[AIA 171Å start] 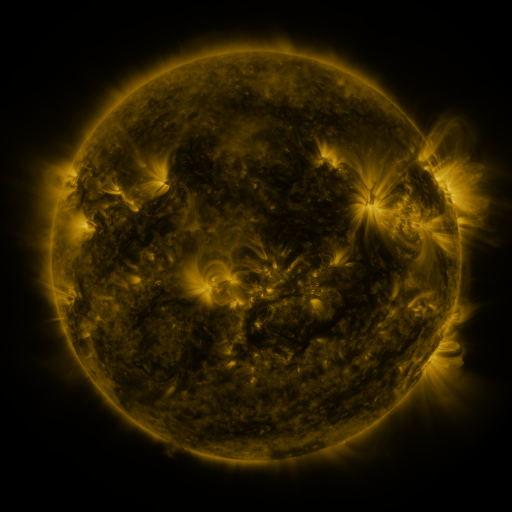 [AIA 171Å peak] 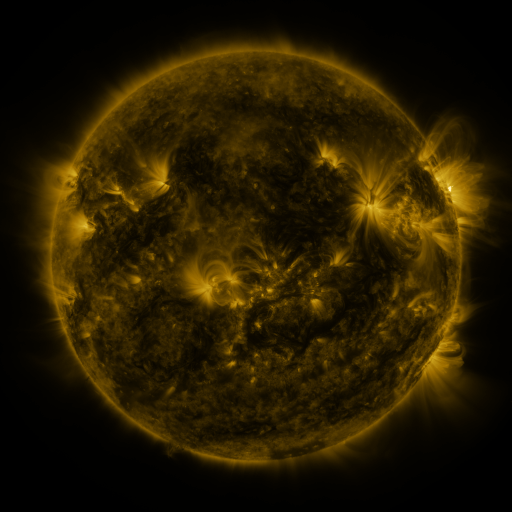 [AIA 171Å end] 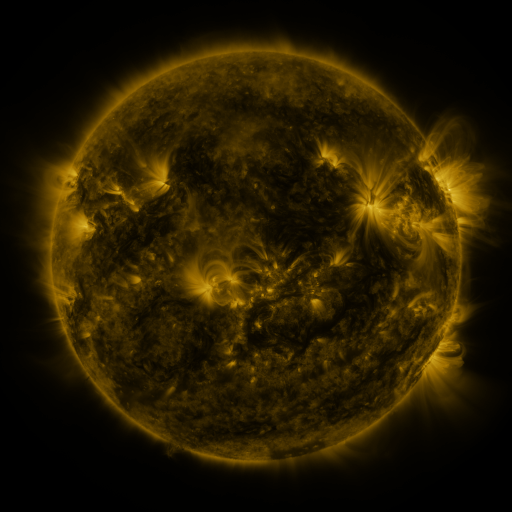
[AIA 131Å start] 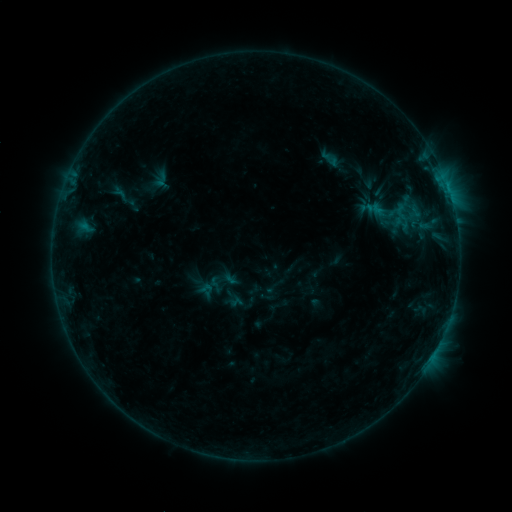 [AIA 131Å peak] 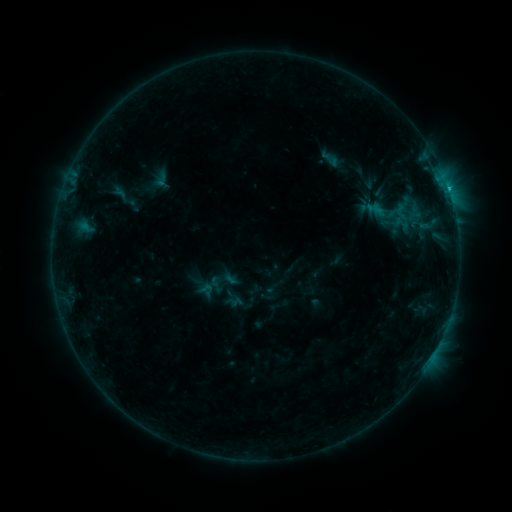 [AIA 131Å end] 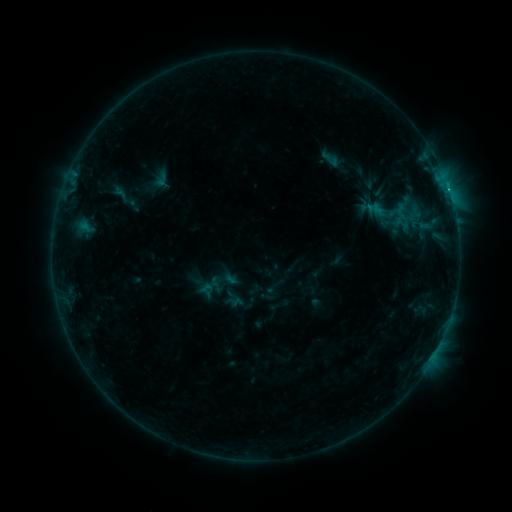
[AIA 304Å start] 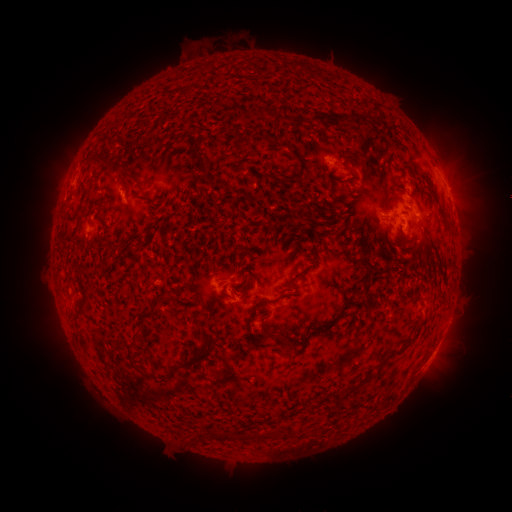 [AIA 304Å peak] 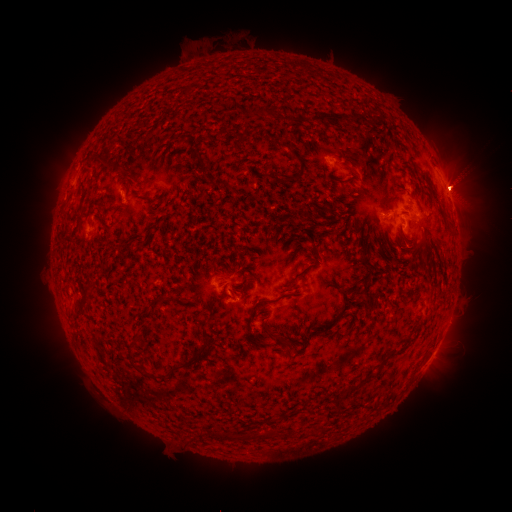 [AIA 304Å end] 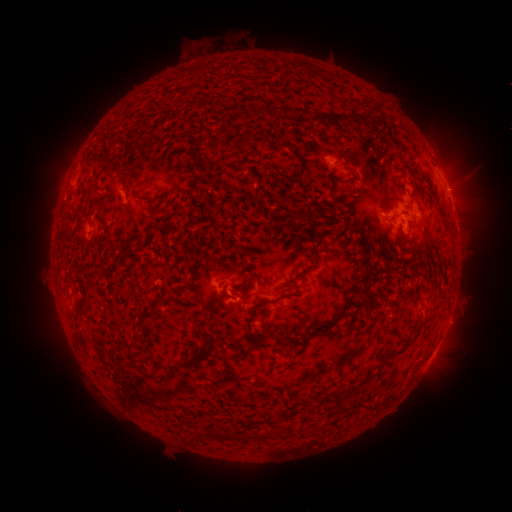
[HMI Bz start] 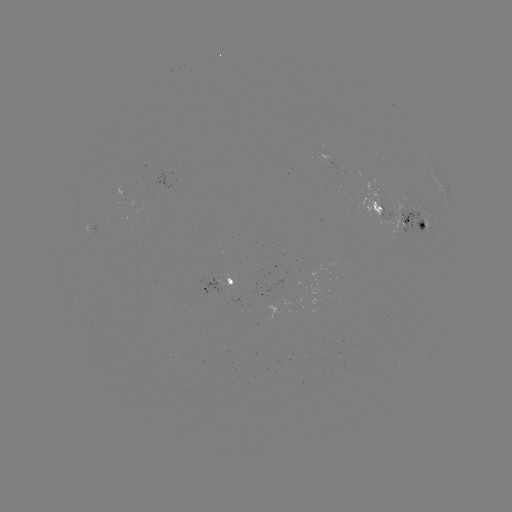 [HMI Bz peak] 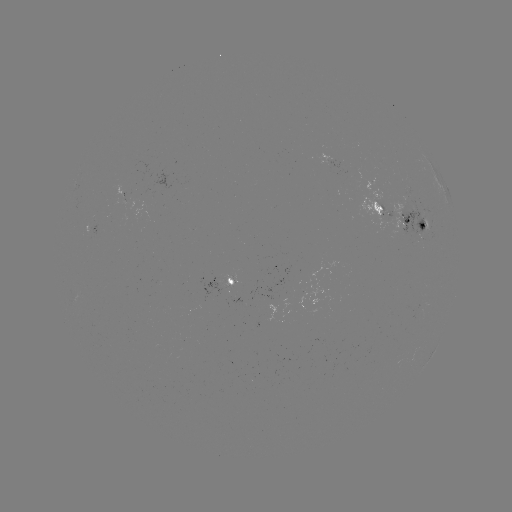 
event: flare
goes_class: B9.2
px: (447, 189)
